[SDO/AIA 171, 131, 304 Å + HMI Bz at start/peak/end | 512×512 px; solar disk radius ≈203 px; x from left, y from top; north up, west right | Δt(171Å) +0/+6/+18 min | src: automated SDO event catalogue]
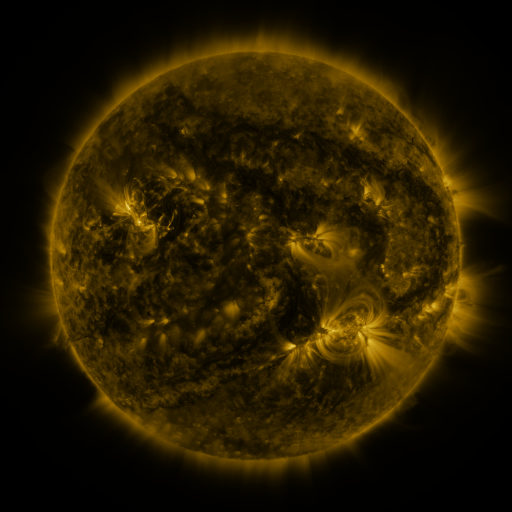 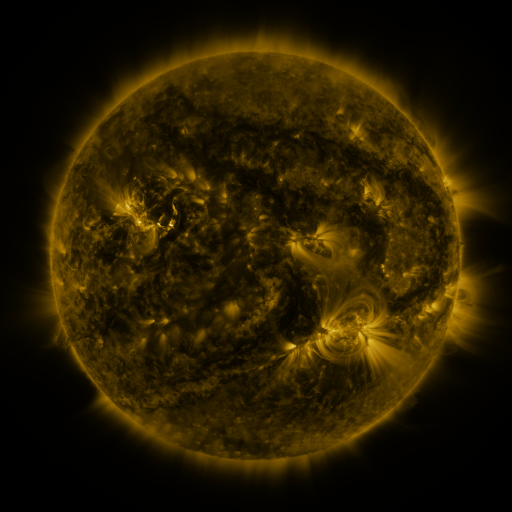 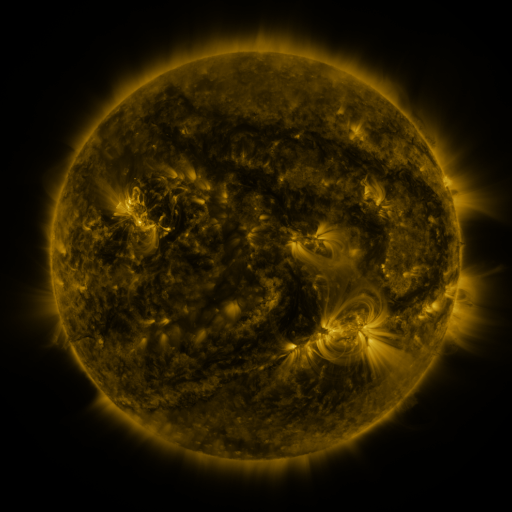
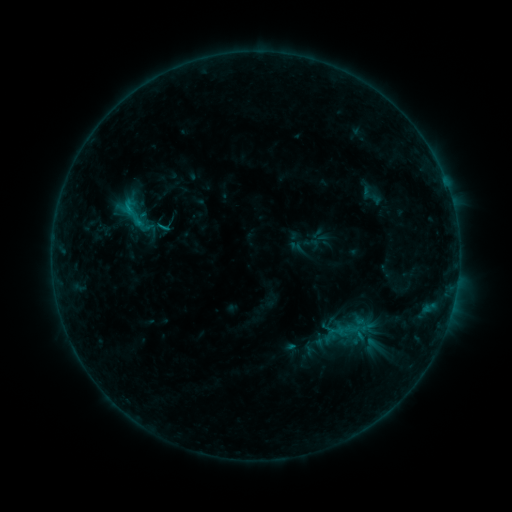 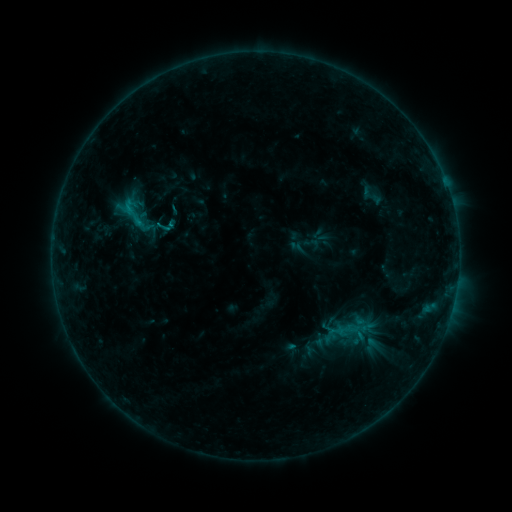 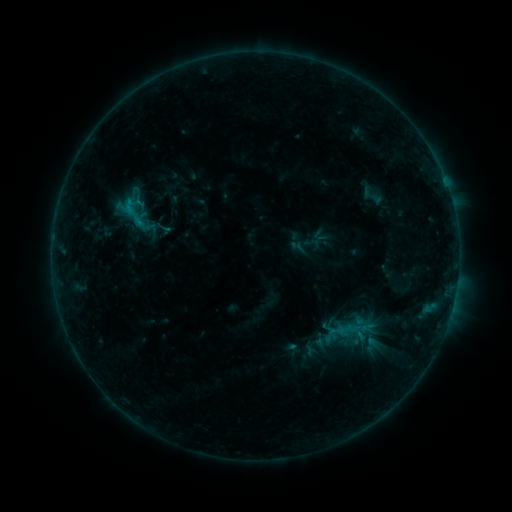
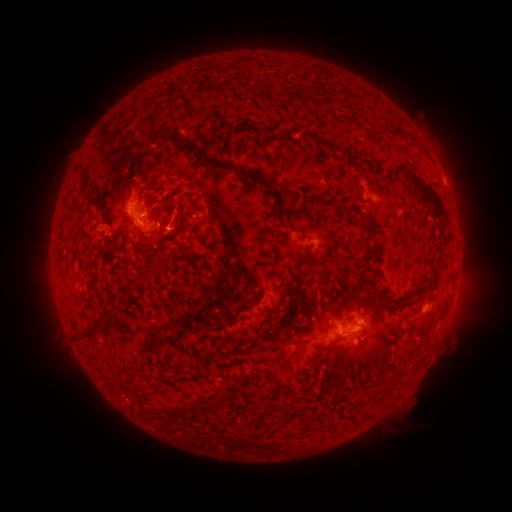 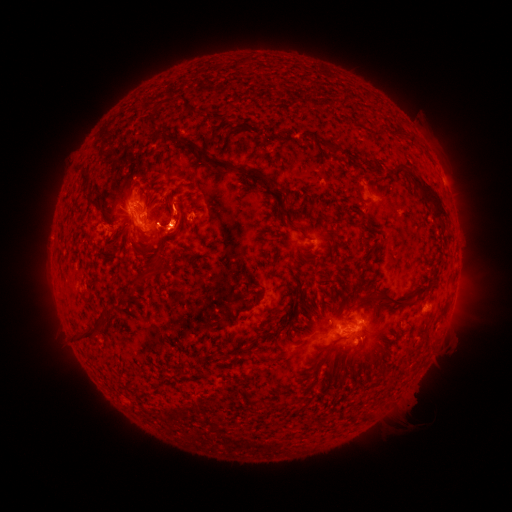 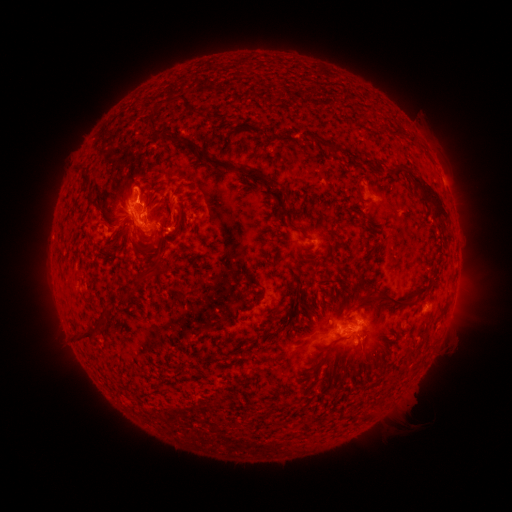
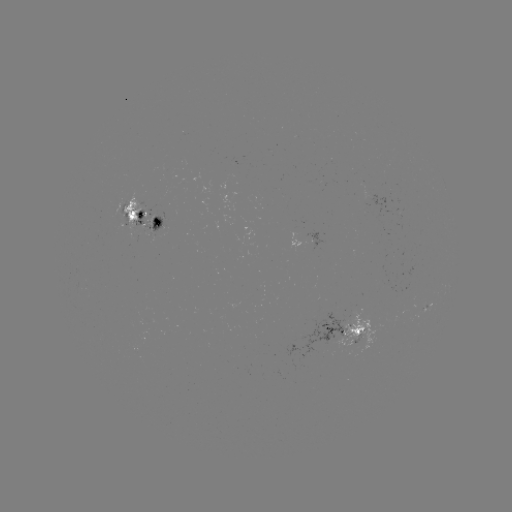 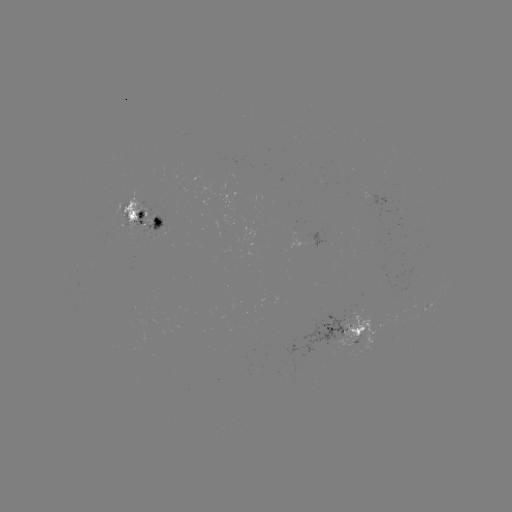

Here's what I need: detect eruption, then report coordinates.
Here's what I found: eruption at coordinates (175, 217).